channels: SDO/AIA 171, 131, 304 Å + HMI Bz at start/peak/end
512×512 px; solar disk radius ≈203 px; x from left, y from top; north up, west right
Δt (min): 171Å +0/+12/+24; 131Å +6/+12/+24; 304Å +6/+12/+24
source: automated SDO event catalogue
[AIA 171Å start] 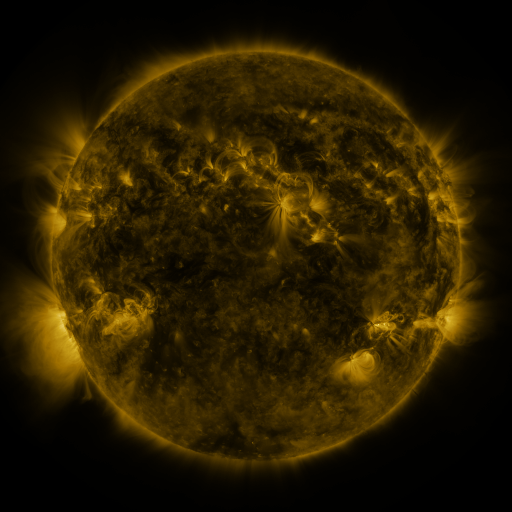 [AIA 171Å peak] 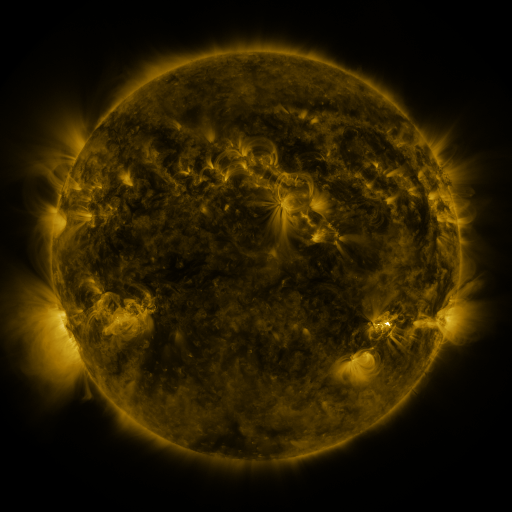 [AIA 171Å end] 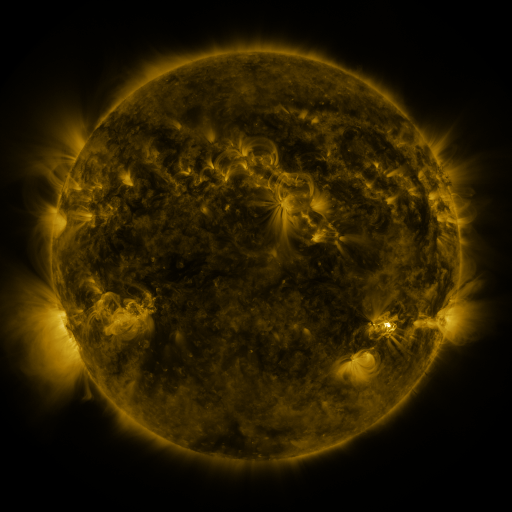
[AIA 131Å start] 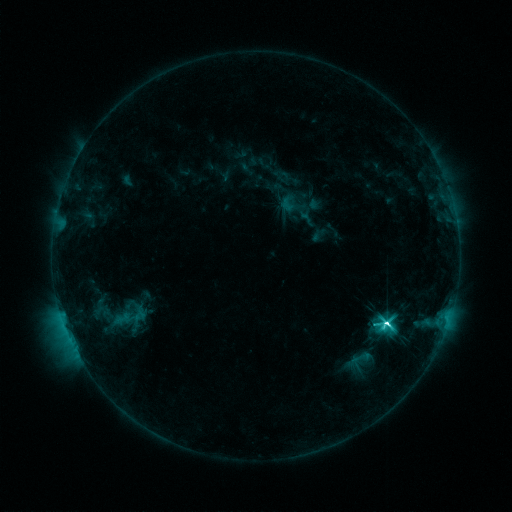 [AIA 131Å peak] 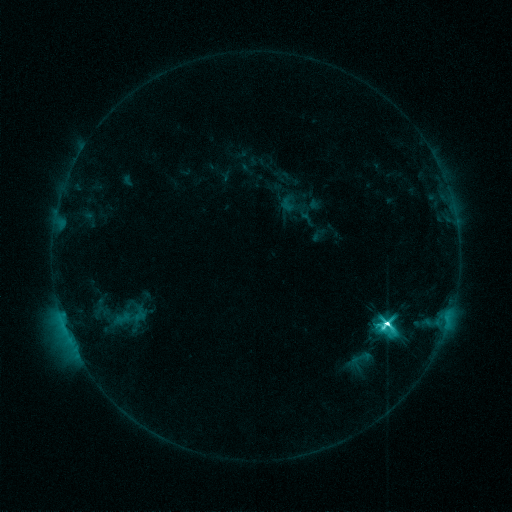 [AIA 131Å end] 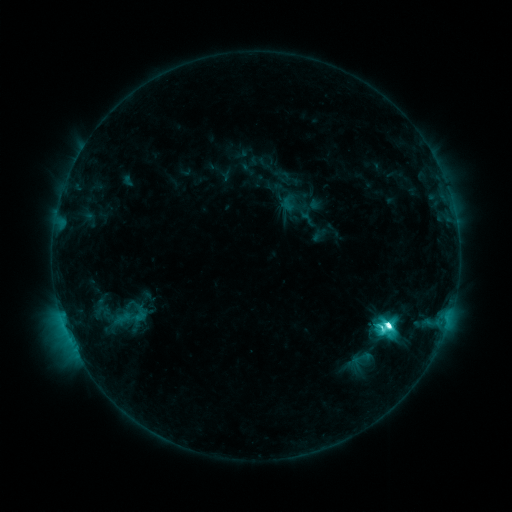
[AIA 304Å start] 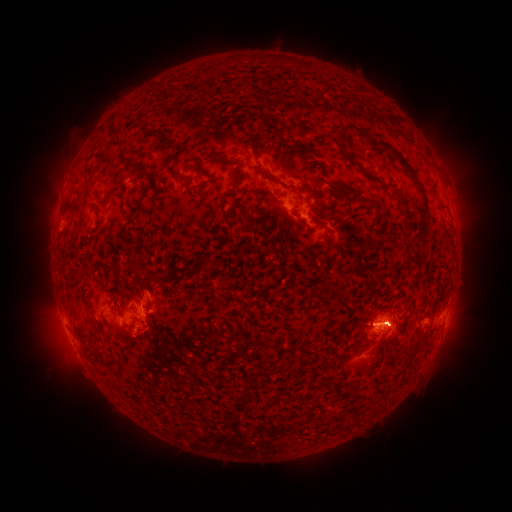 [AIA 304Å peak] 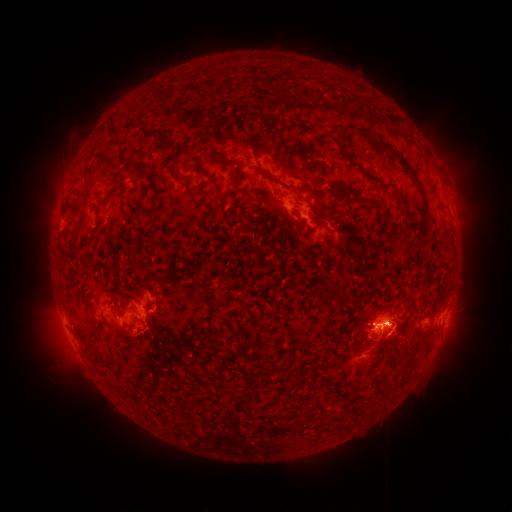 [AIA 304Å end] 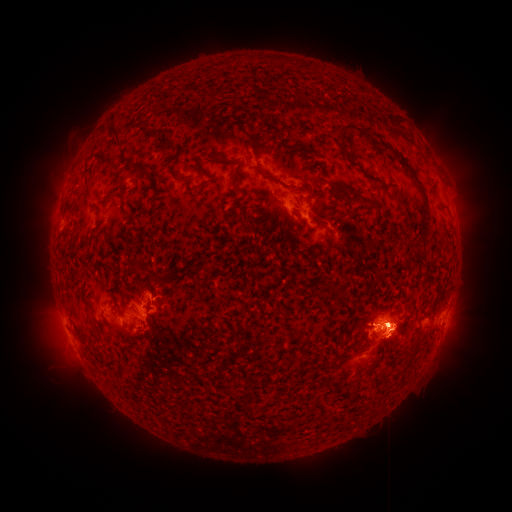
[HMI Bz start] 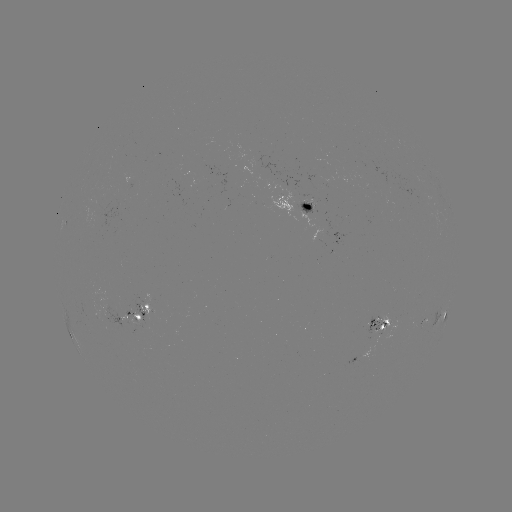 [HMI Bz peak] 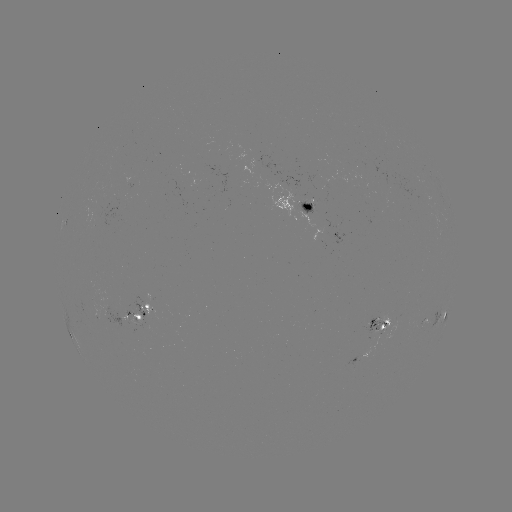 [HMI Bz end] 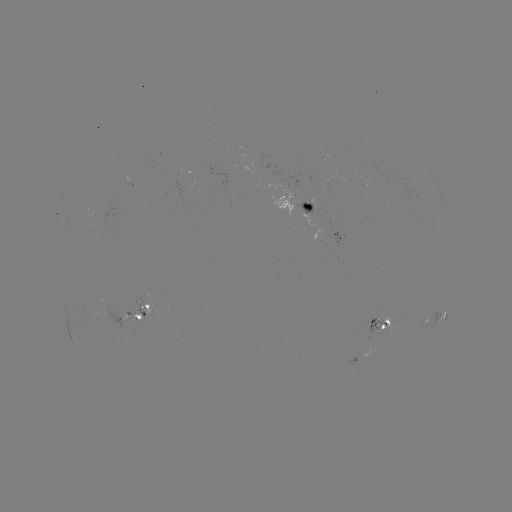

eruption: (337, 284, 423, 369)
